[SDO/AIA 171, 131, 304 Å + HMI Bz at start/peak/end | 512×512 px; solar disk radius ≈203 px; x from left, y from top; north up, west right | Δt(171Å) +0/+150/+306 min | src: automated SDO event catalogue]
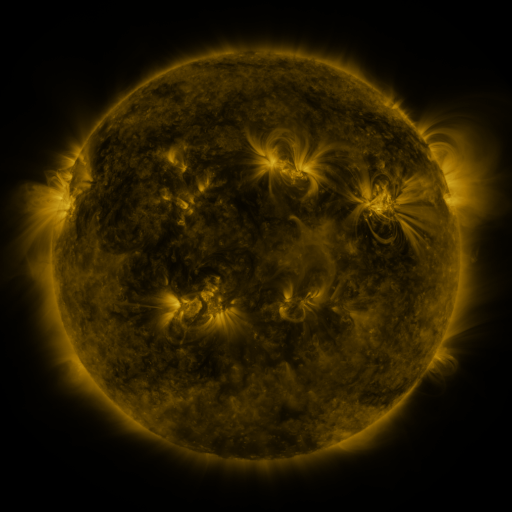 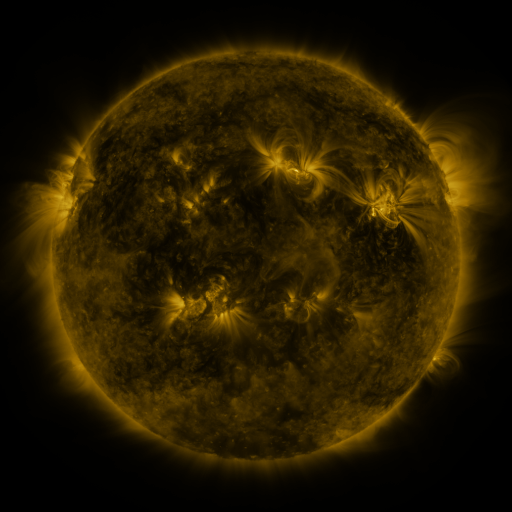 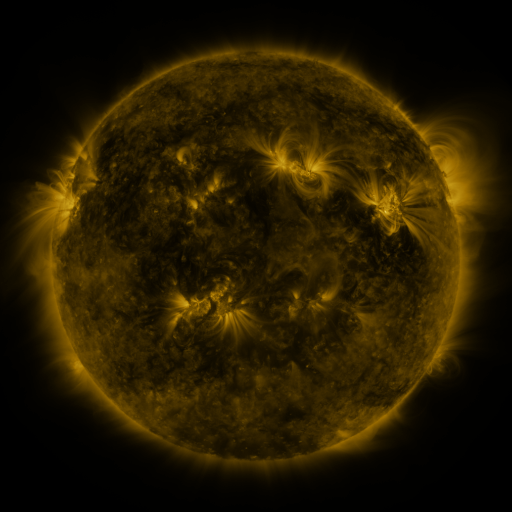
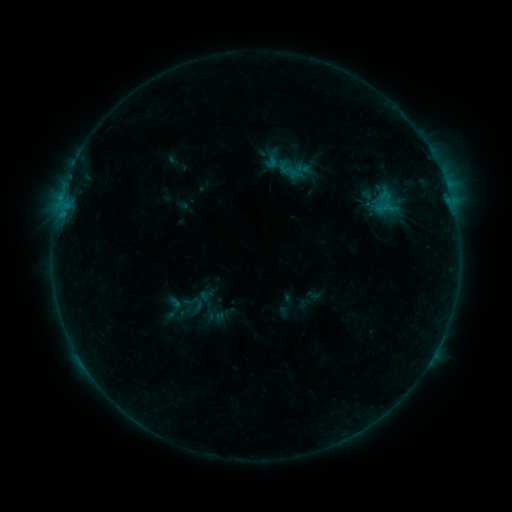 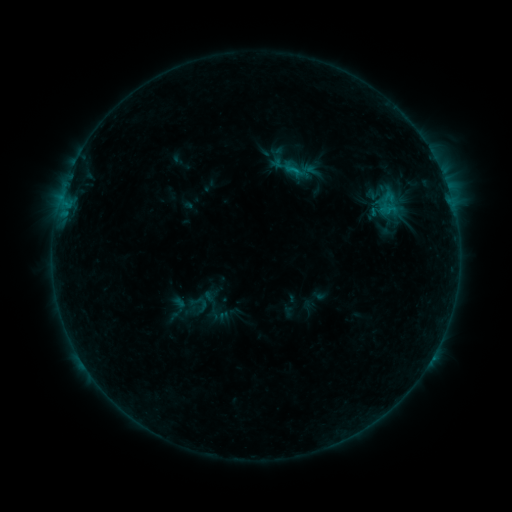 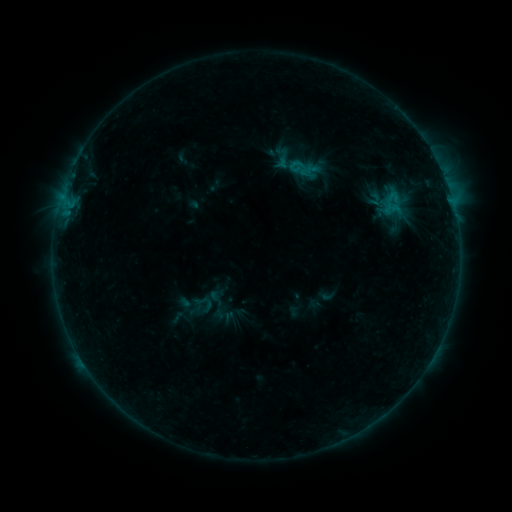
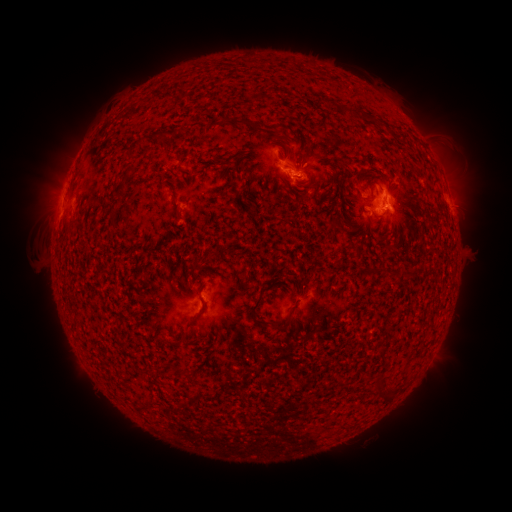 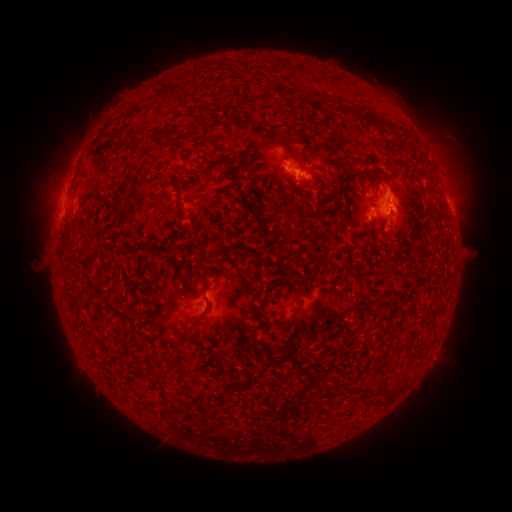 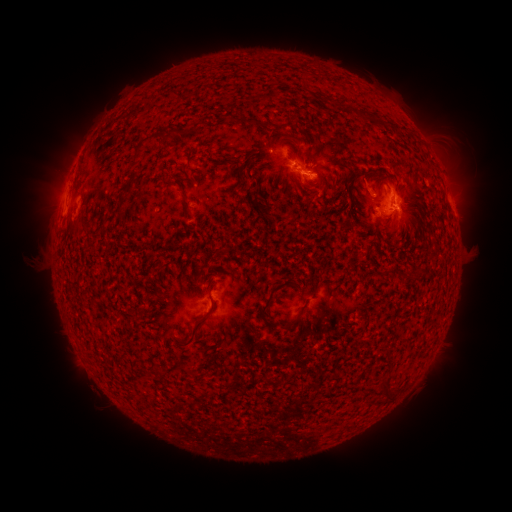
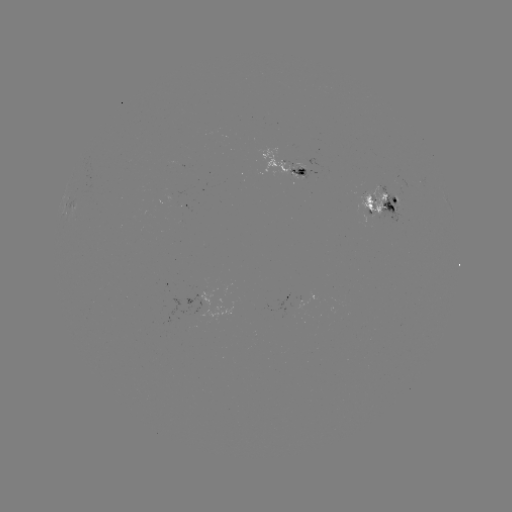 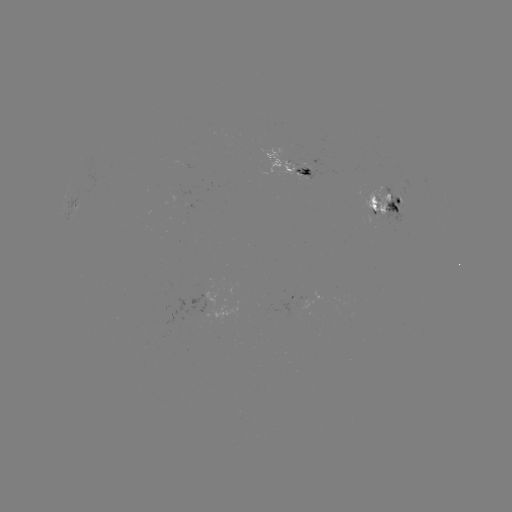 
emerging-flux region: <bbox>294, 164, 317, 180</bbox>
